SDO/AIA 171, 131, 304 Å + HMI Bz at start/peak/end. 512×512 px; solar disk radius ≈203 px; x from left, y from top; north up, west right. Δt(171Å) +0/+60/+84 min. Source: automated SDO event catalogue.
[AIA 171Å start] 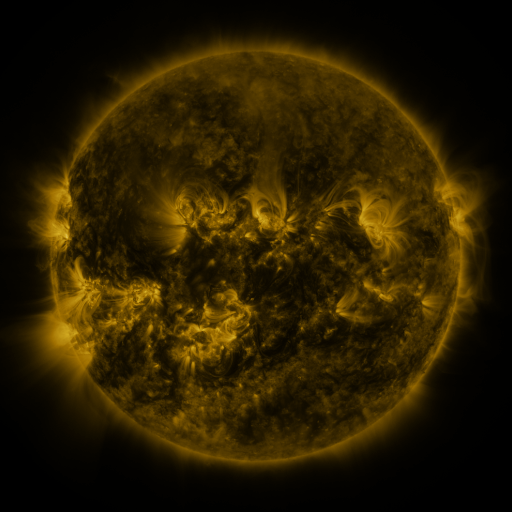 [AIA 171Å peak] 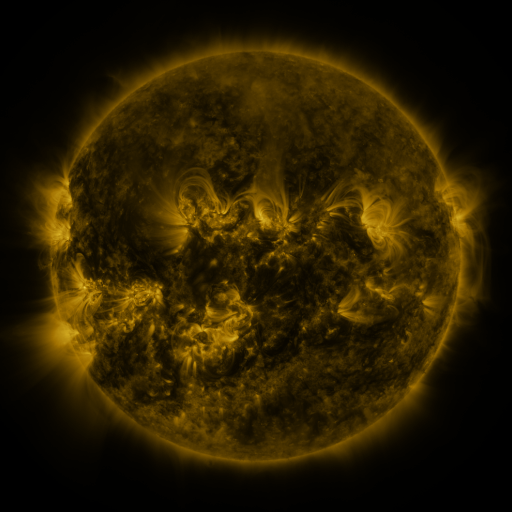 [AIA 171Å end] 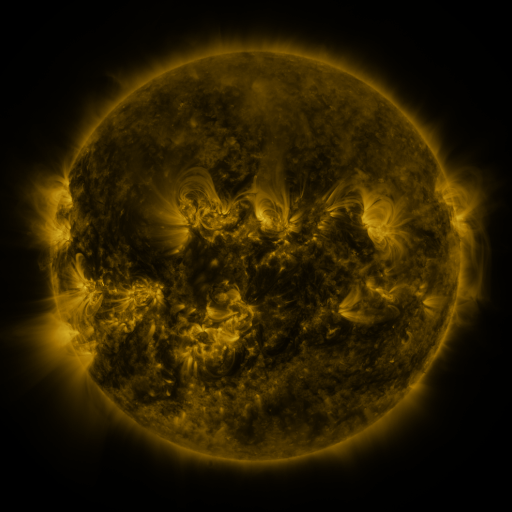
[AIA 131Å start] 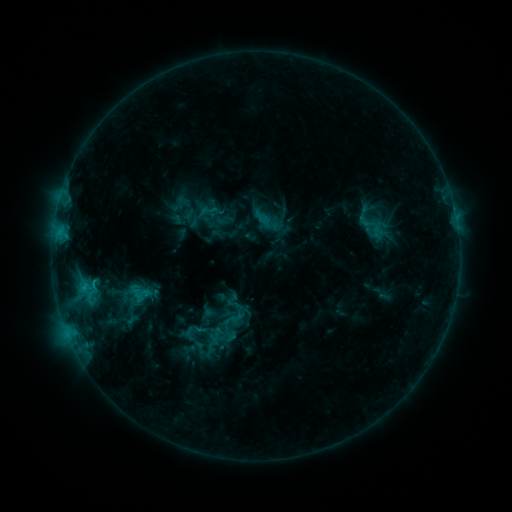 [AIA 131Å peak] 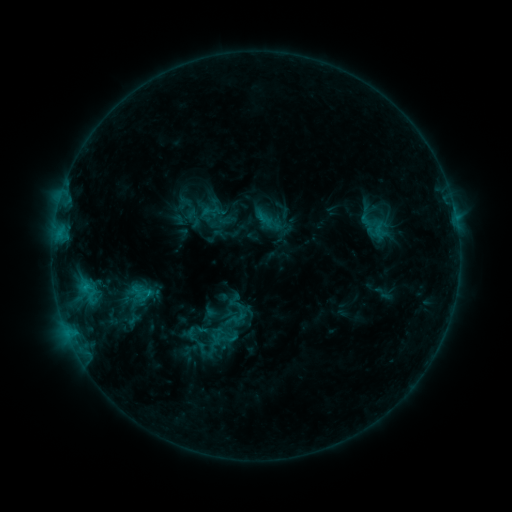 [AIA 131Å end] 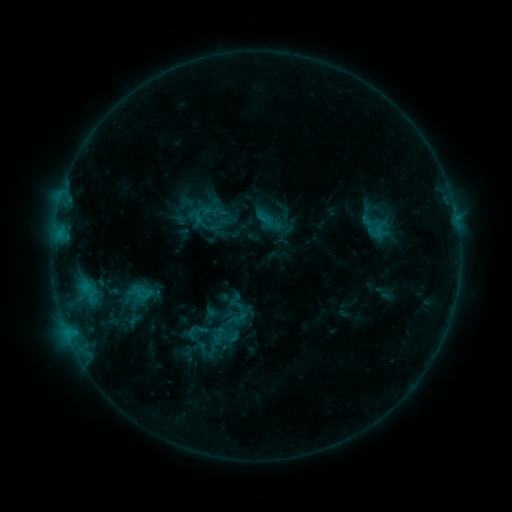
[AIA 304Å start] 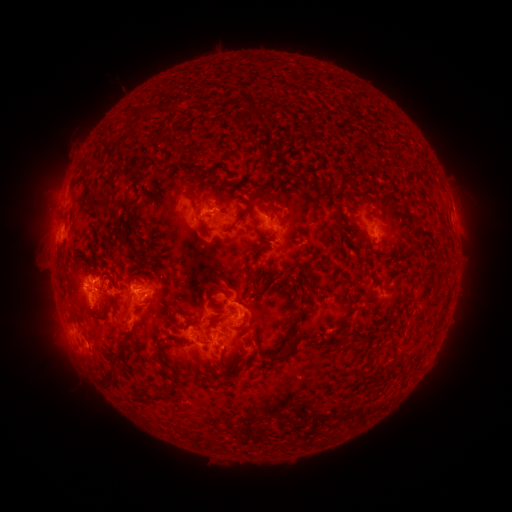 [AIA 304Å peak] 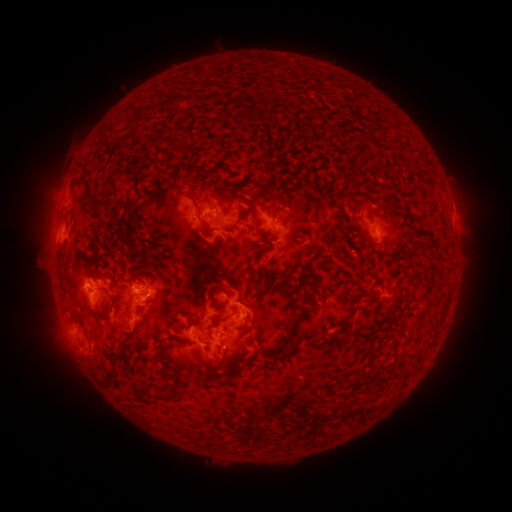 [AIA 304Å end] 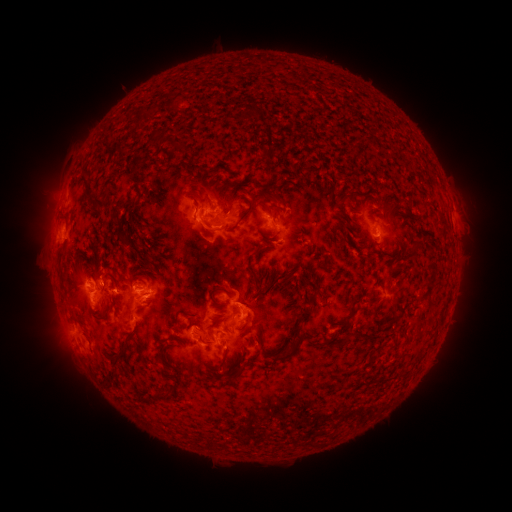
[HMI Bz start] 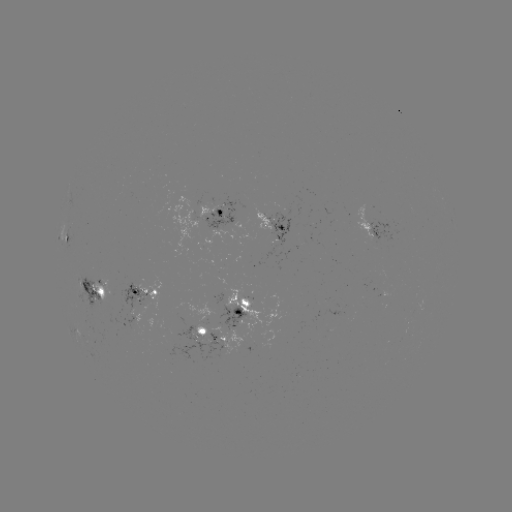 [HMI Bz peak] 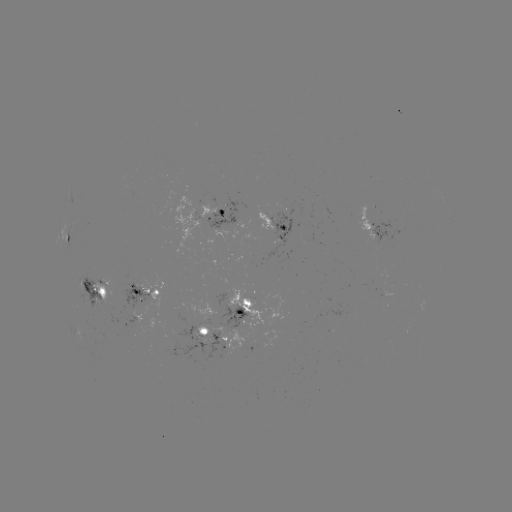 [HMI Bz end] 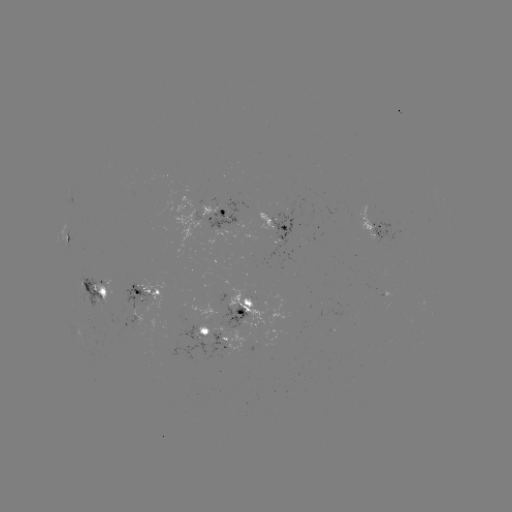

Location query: emerging-flux region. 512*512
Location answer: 133,311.